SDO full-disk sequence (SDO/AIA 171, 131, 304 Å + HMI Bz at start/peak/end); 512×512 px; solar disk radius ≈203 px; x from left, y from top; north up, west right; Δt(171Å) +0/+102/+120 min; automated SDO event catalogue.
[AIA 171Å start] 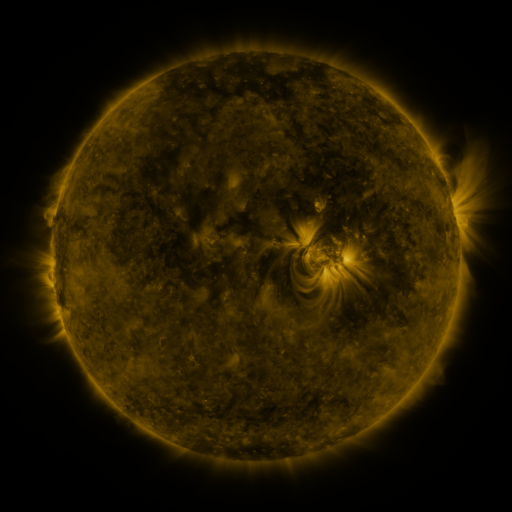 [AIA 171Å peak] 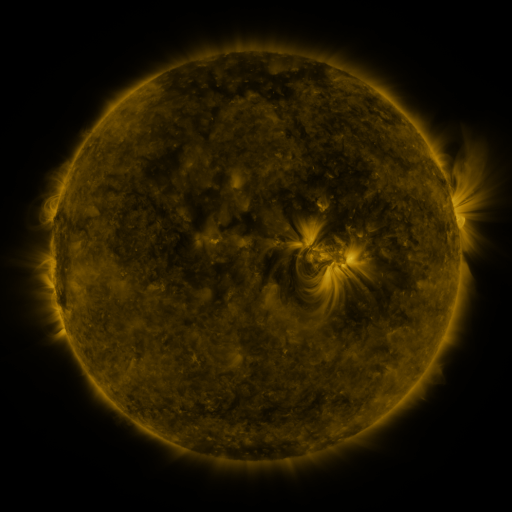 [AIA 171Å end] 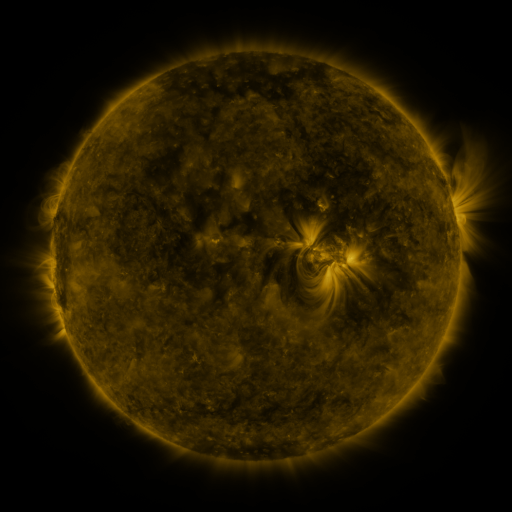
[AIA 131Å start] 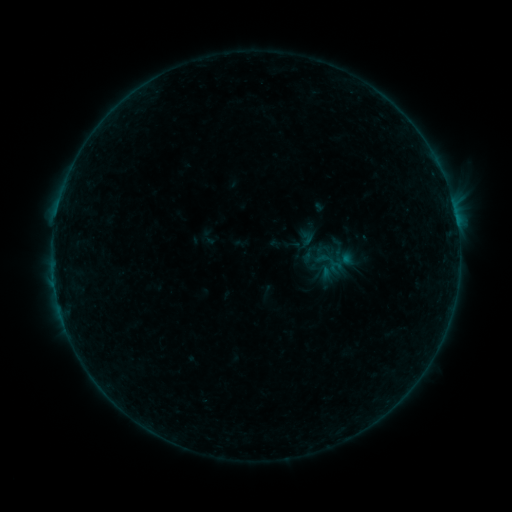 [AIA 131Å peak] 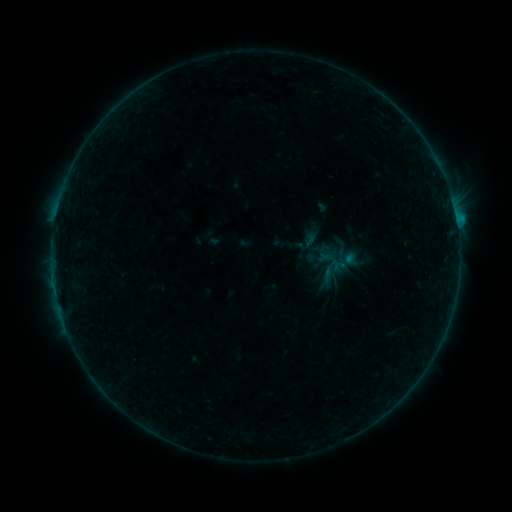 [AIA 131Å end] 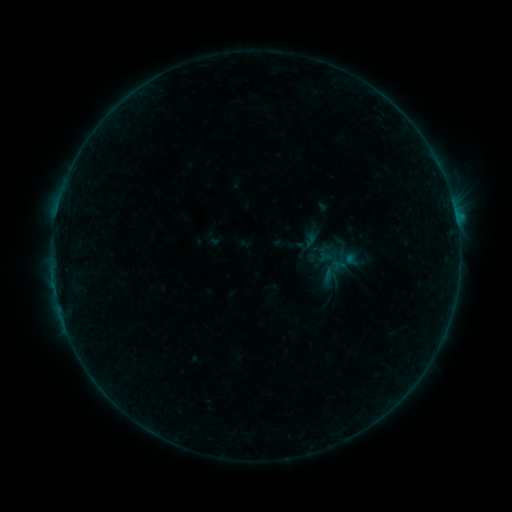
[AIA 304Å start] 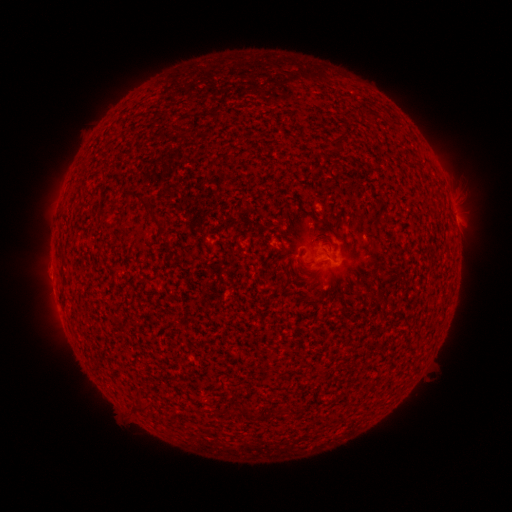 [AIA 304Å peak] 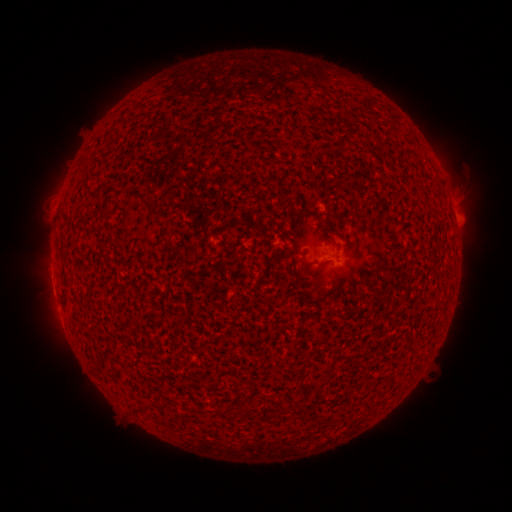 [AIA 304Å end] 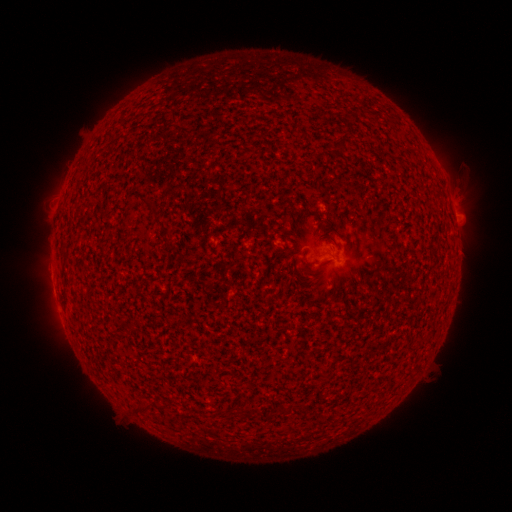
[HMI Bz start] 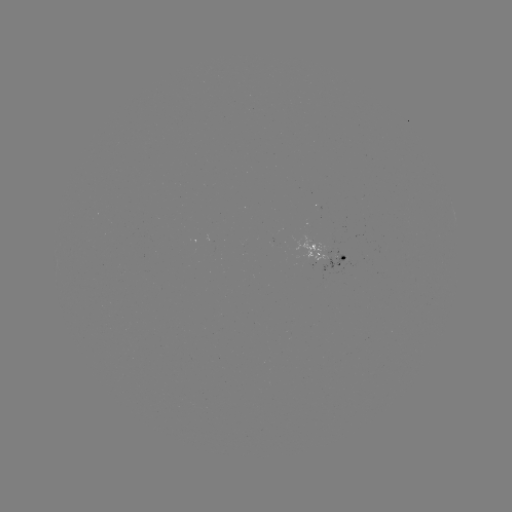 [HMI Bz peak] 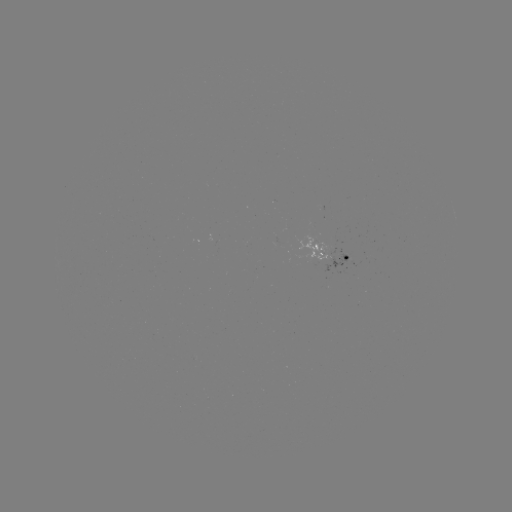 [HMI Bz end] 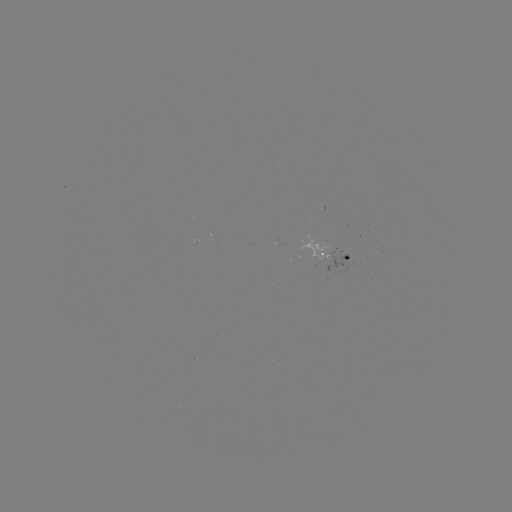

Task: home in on B3.6 flare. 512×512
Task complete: (456, 221).